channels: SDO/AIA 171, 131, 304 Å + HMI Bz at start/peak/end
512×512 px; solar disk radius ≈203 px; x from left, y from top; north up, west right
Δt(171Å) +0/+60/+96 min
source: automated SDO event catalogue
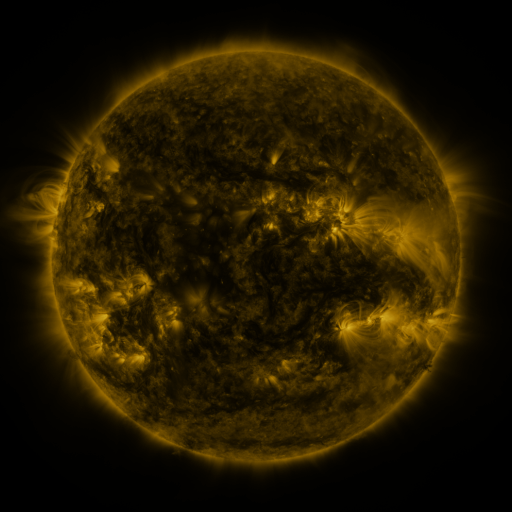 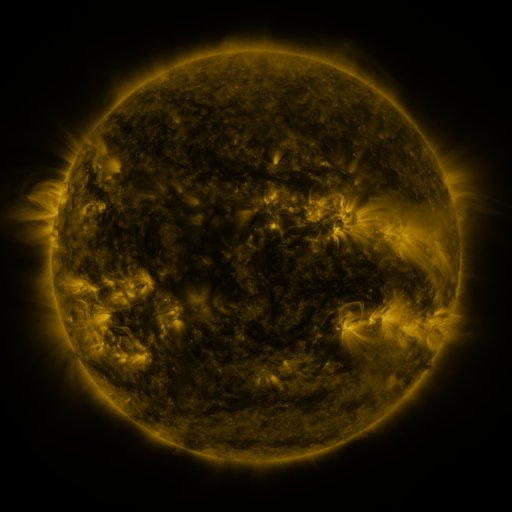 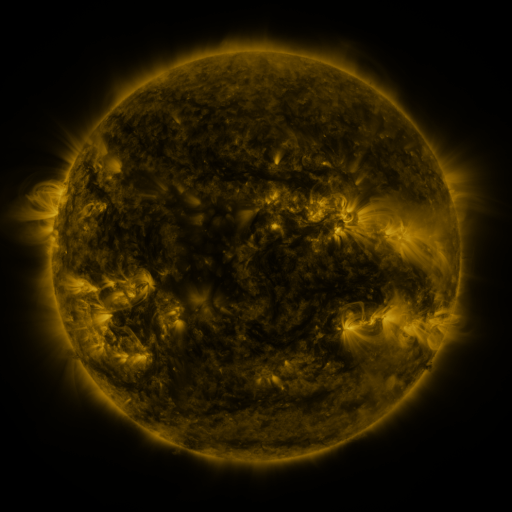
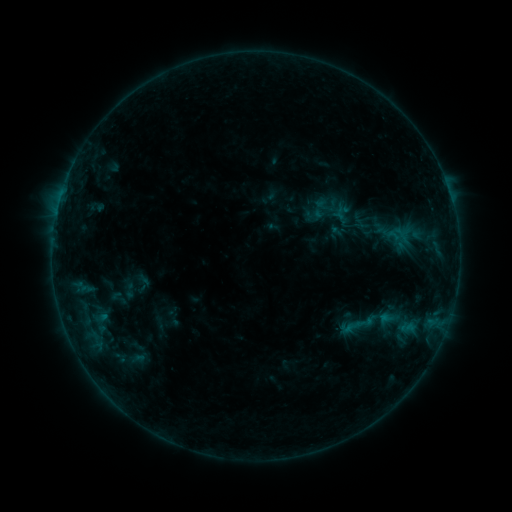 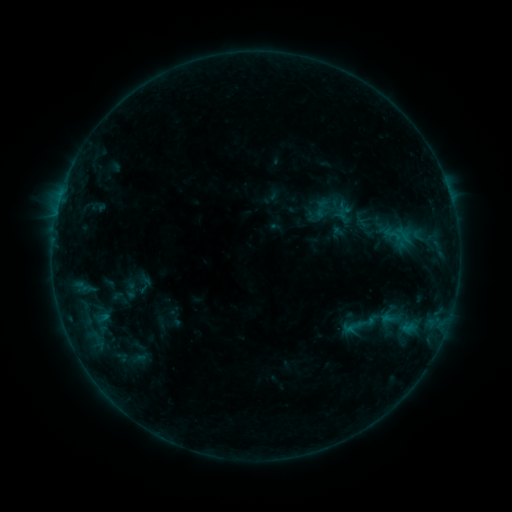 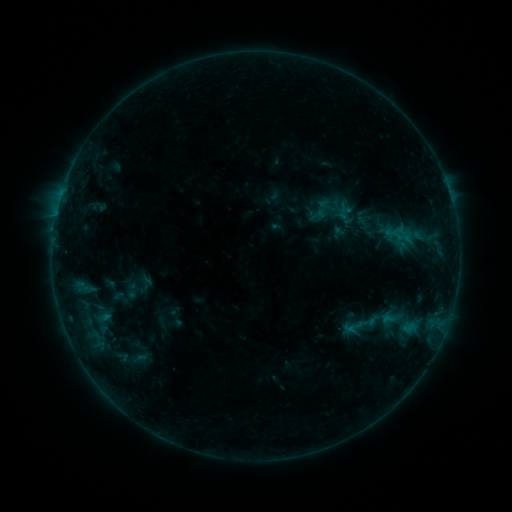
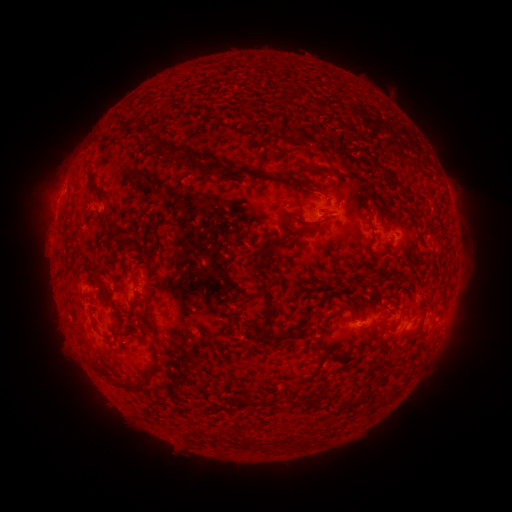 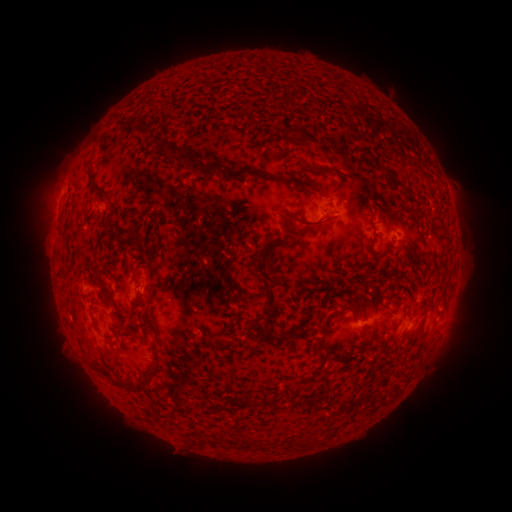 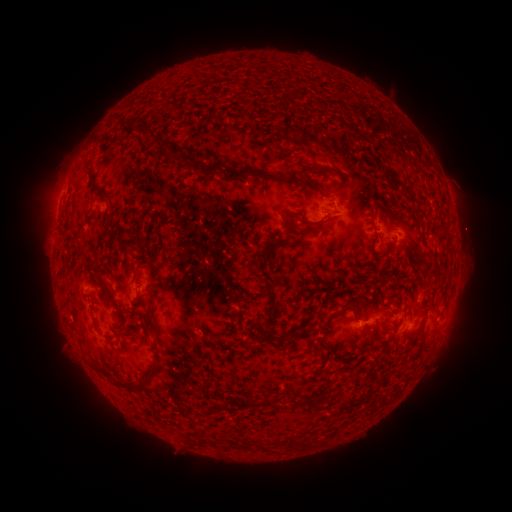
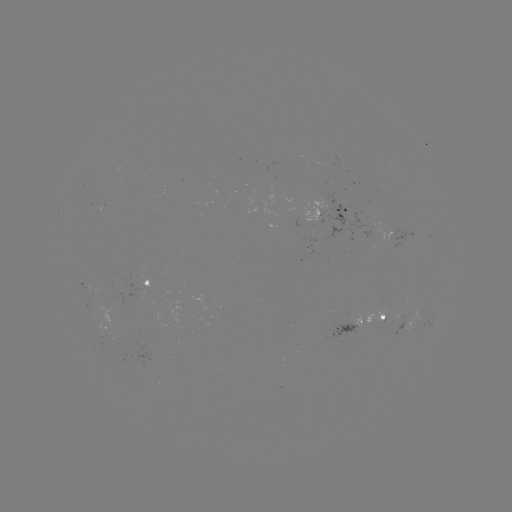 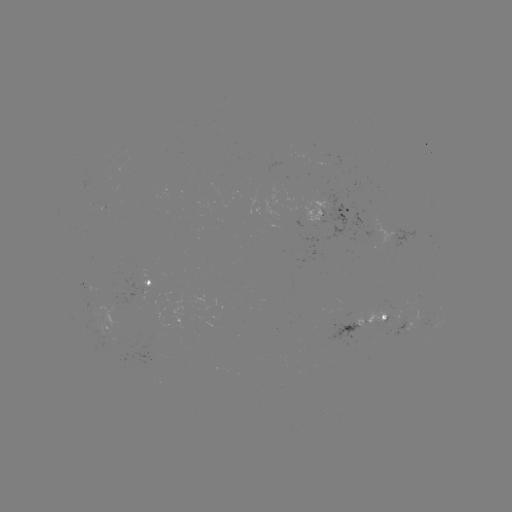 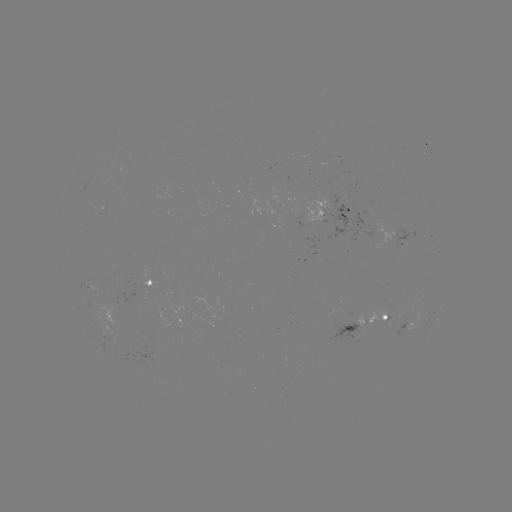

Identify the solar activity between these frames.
emerging-flux region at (91, 310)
